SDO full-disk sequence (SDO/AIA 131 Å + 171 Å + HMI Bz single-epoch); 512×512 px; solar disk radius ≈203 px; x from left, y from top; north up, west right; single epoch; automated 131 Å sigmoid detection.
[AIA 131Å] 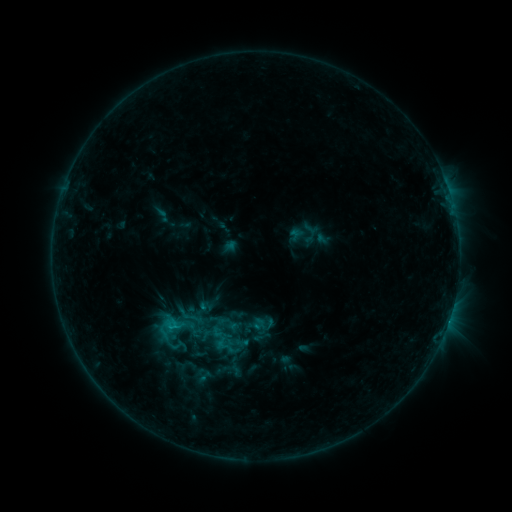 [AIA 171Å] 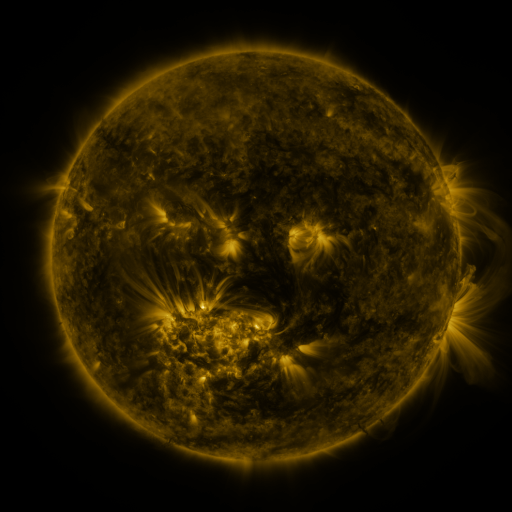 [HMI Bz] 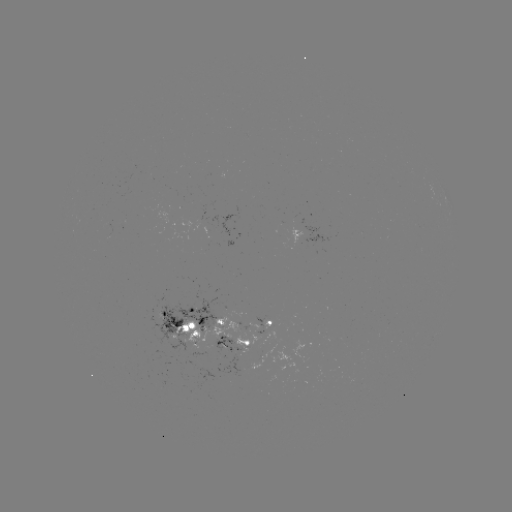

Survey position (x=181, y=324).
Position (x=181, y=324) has sigmoid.